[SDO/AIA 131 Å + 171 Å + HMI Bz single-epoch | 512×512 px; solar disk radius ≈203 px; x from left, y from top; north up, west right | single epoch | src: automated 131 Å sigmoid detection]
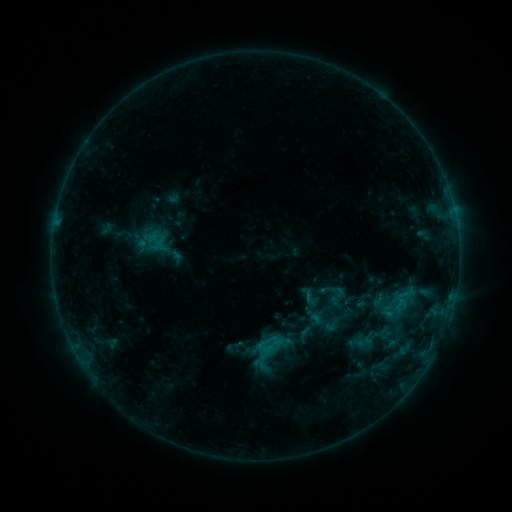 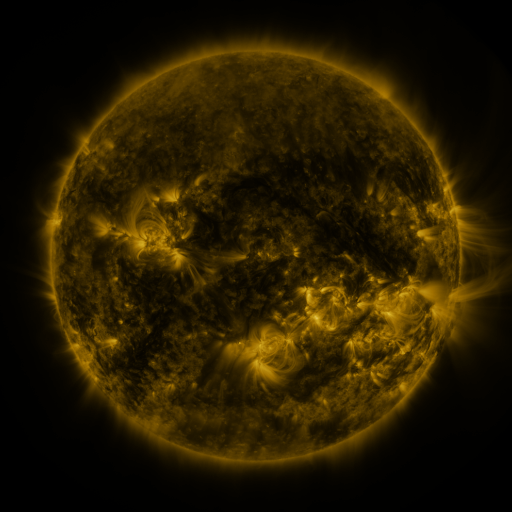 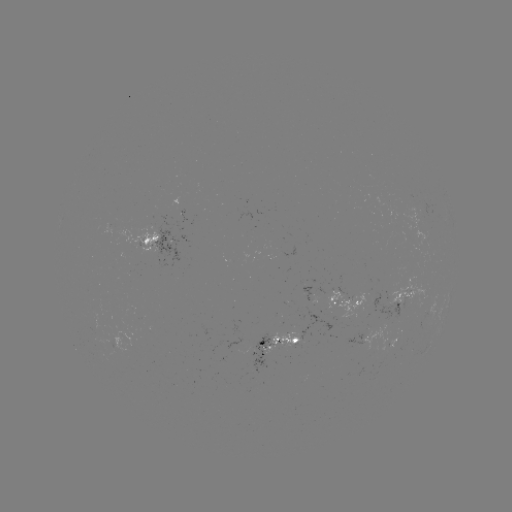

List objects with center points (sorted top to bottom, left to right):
sigmoid: [298, 284, 322, 309]
sigmoid: [392, 297, 408, 313]
sigmoid: [356, 334, 373, 351]
